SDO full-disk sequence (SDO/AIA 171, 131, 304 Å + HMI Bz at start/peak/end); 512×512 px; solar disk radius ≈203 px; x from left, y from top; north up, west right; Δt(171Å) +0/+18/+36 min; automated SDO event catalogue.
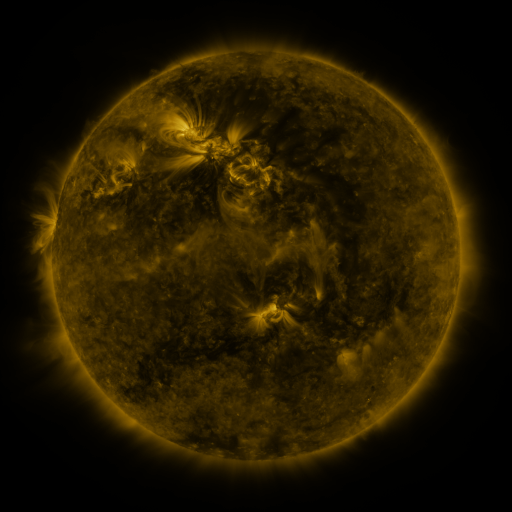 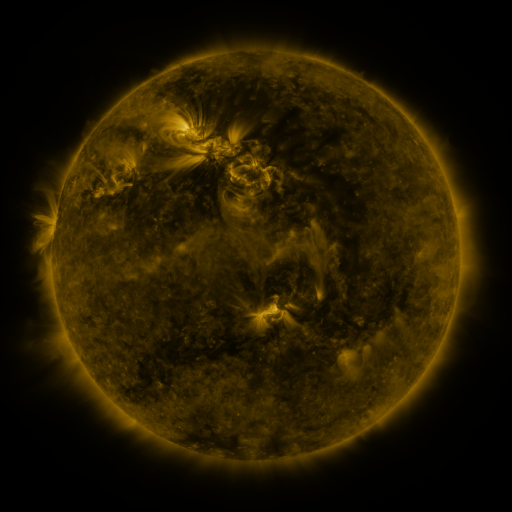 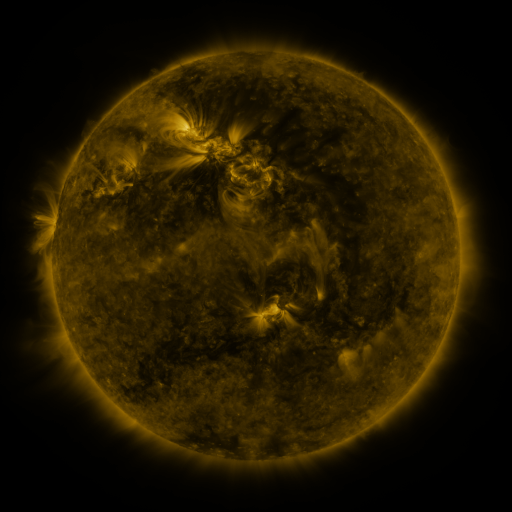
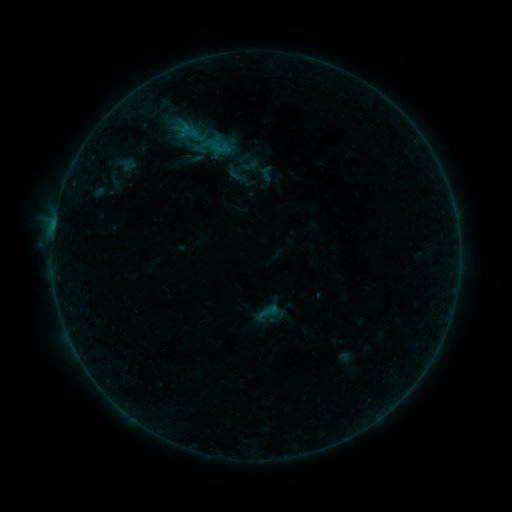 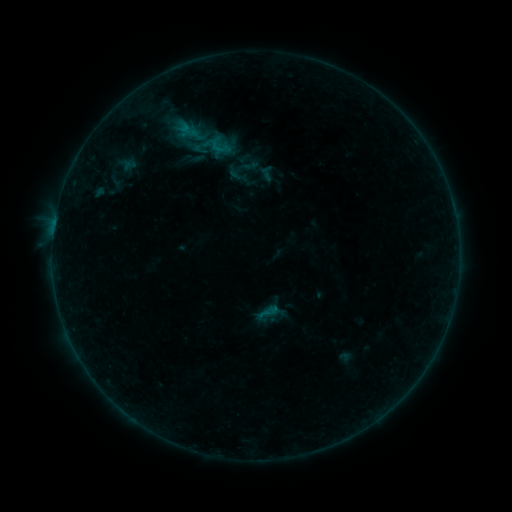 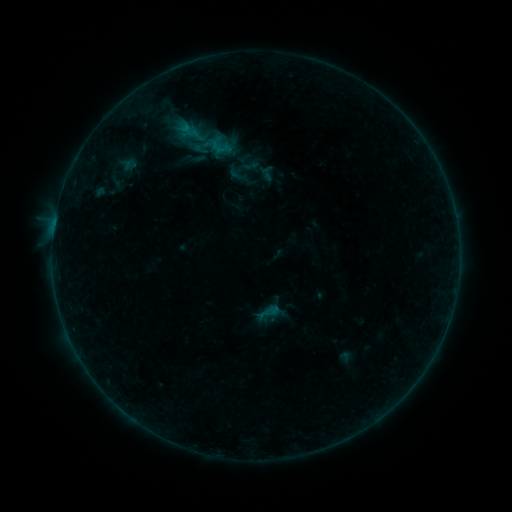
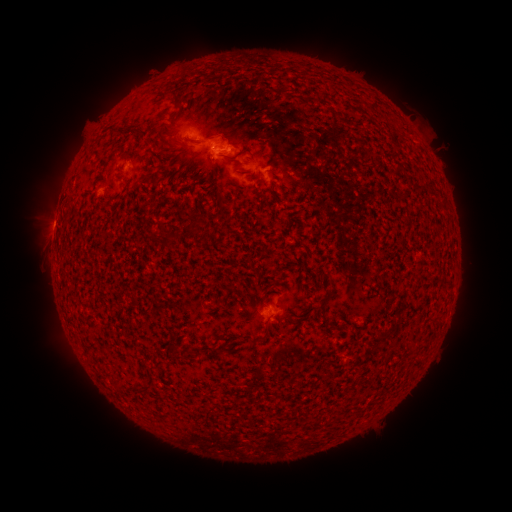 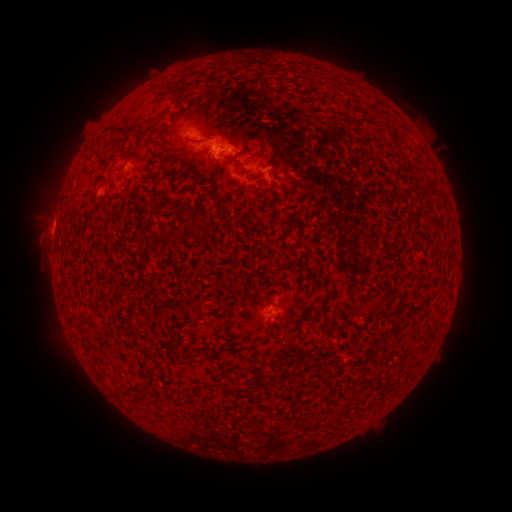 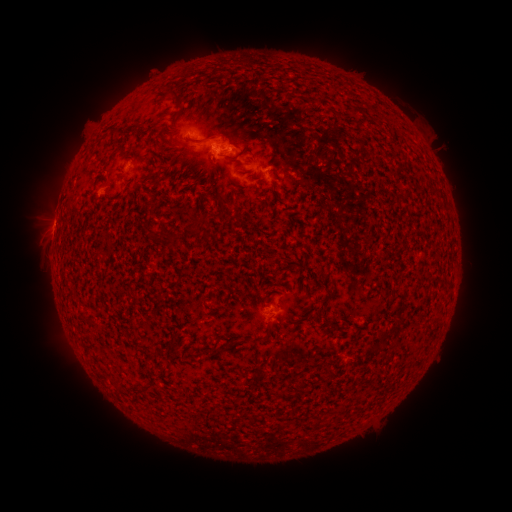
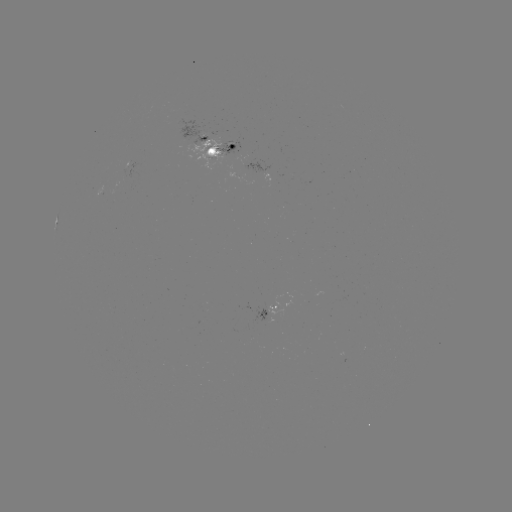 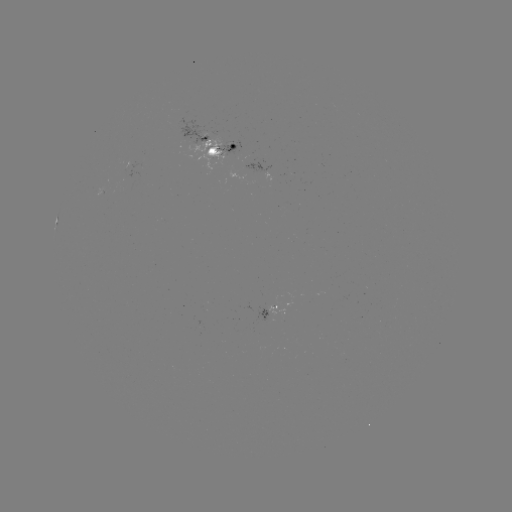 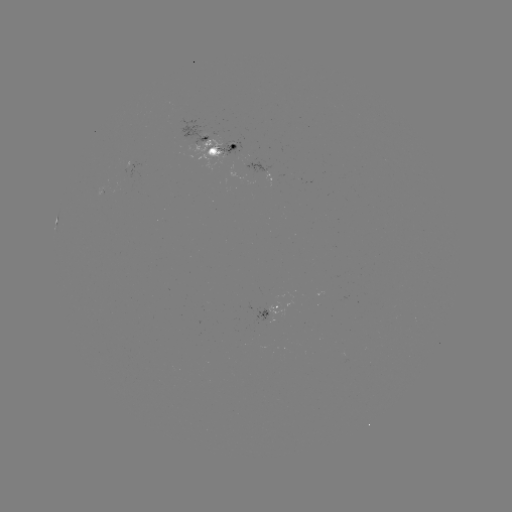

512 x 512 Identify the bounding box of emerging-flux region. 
[187, 134, 221, 170].